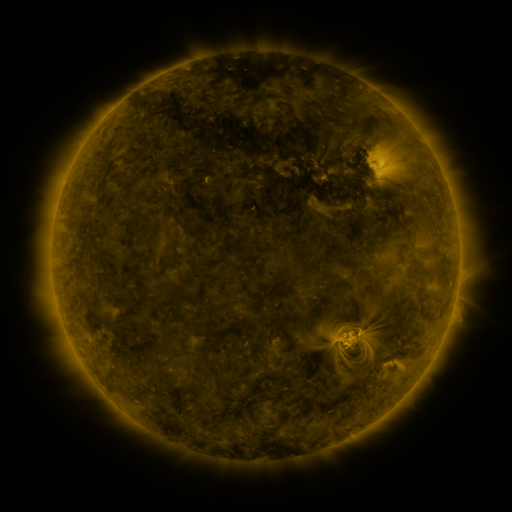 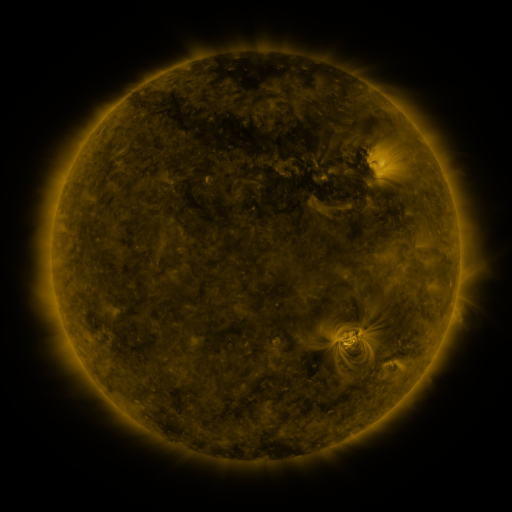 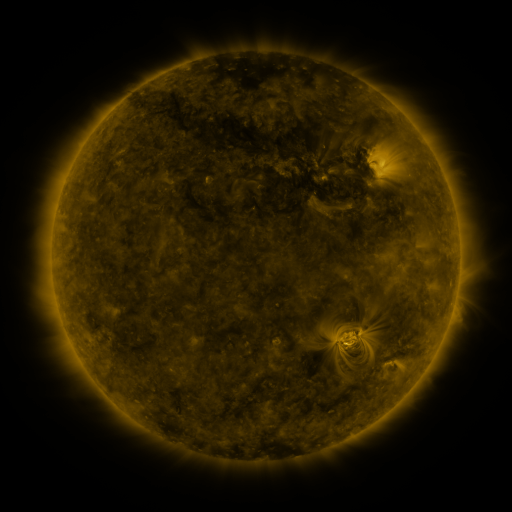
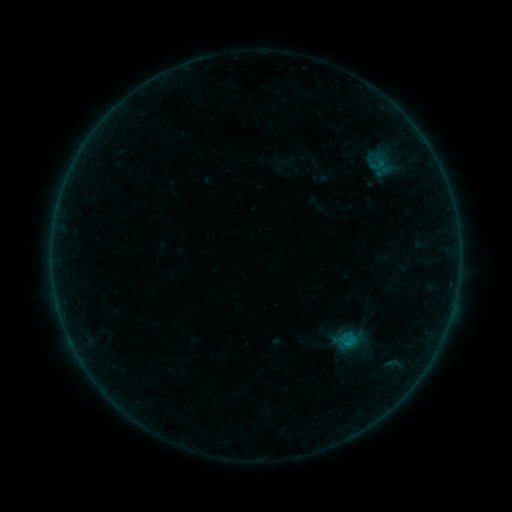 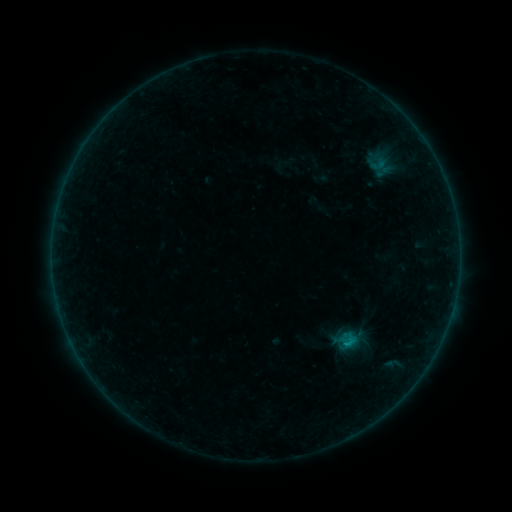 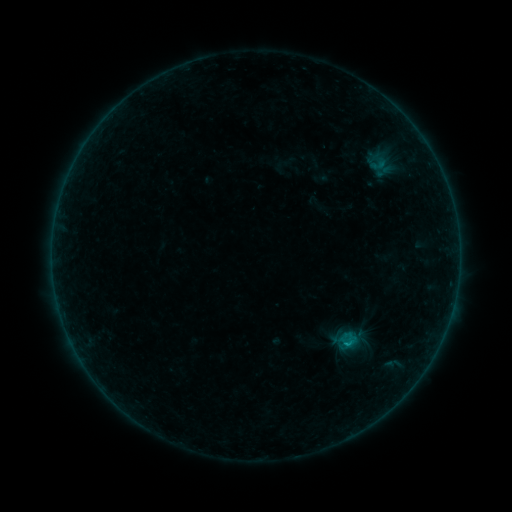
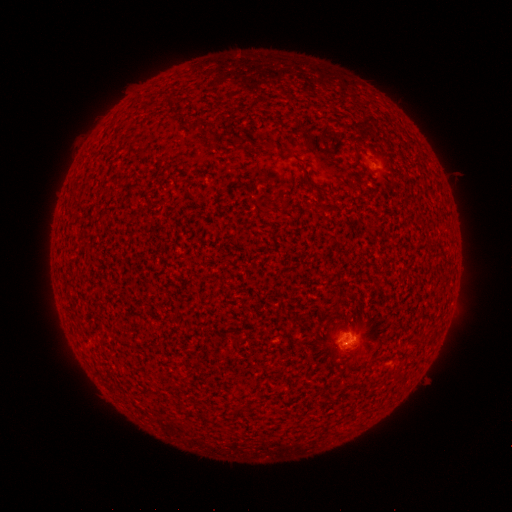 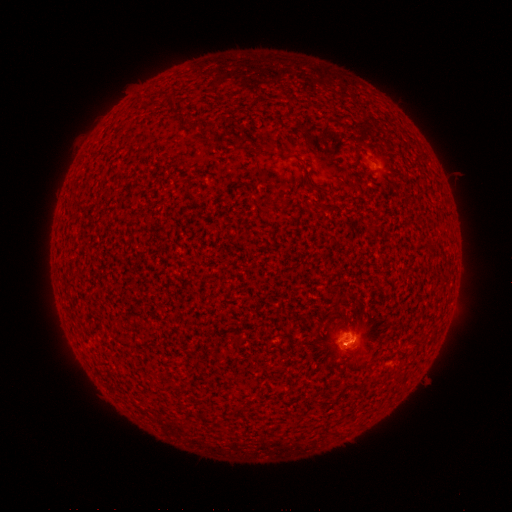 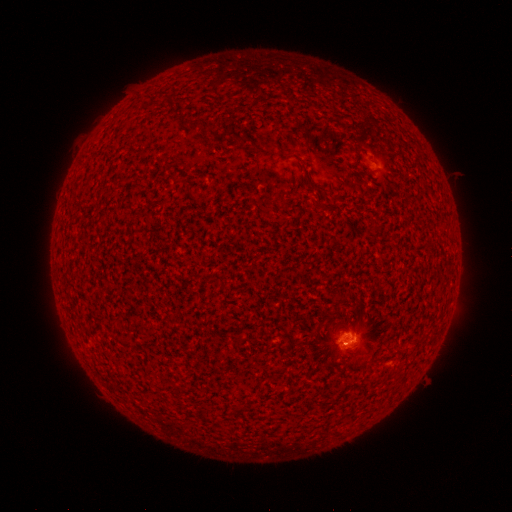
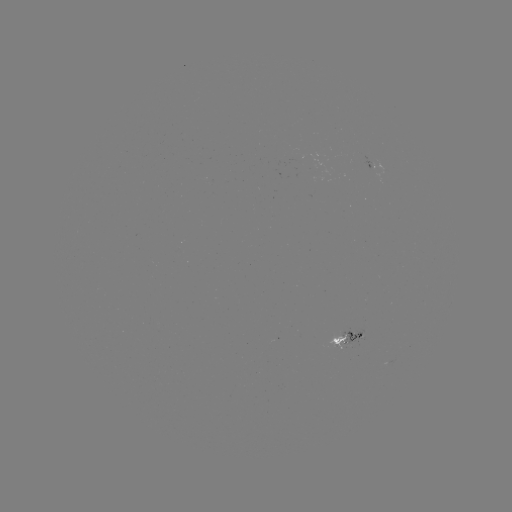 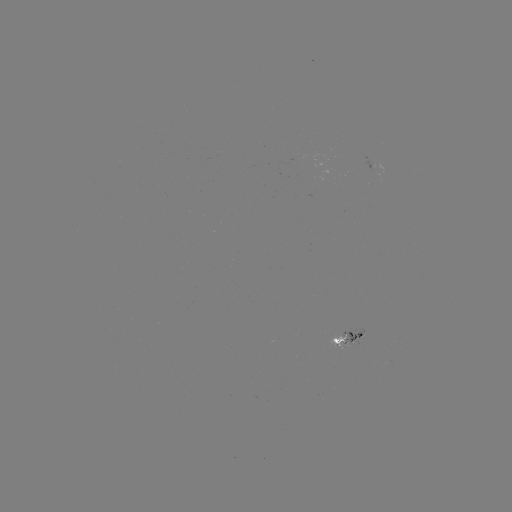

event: flare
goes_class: B4.1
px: (348, 342)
